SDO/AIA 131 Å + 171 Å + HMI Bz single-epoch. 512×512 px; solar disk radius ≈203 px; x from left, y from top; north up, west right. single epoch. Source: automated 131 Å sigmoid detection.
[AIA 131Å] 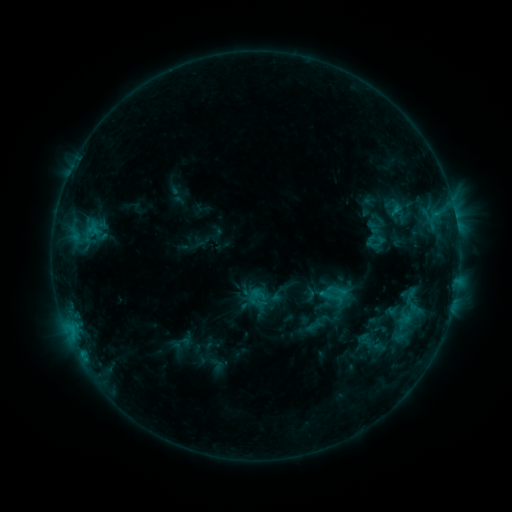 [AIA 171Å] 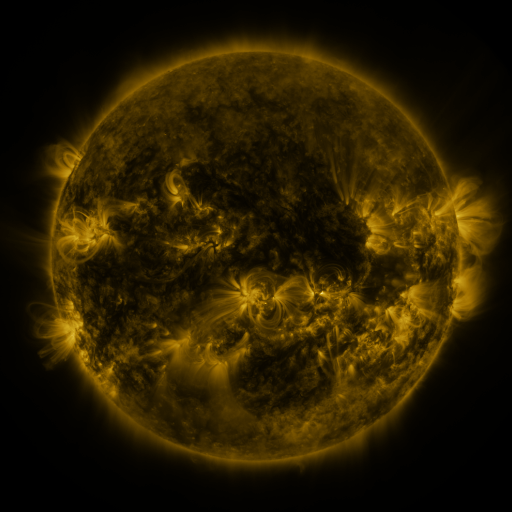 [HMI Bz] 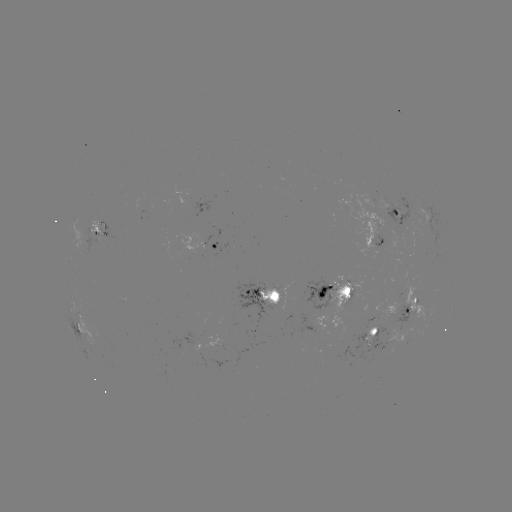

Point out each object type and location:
sigmoid: <bbox>355, 218, 396, 253</bbox>
sigmoid: <bbox>320, 279, 349, 309</bbox>
